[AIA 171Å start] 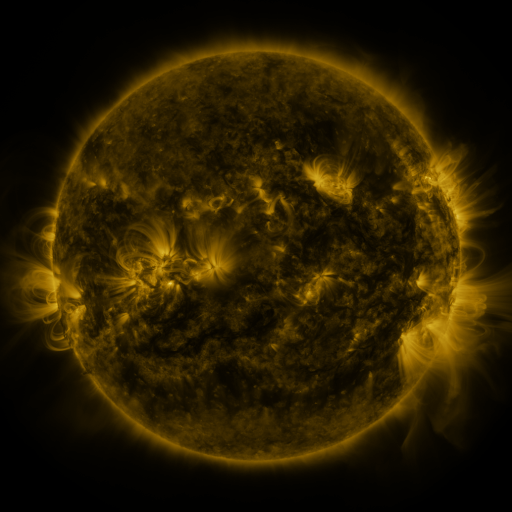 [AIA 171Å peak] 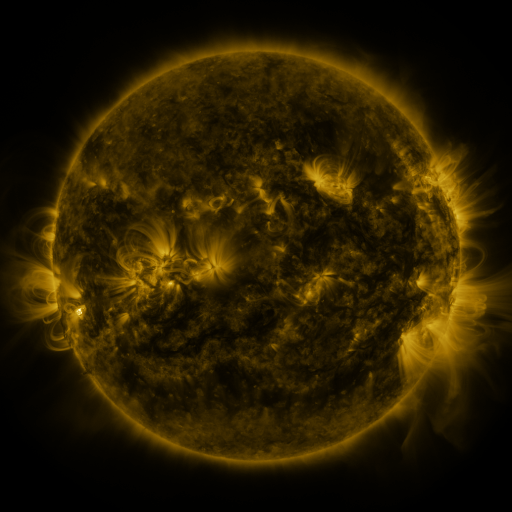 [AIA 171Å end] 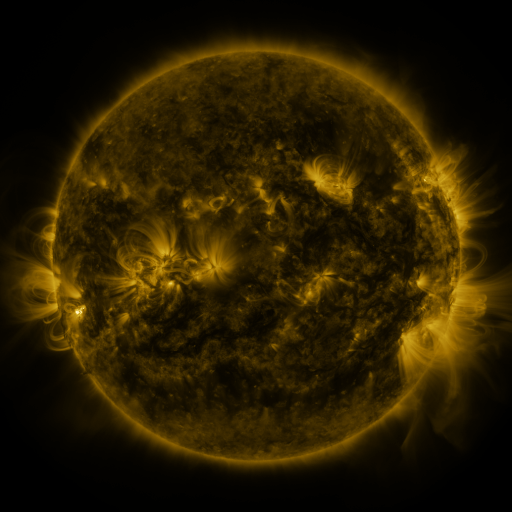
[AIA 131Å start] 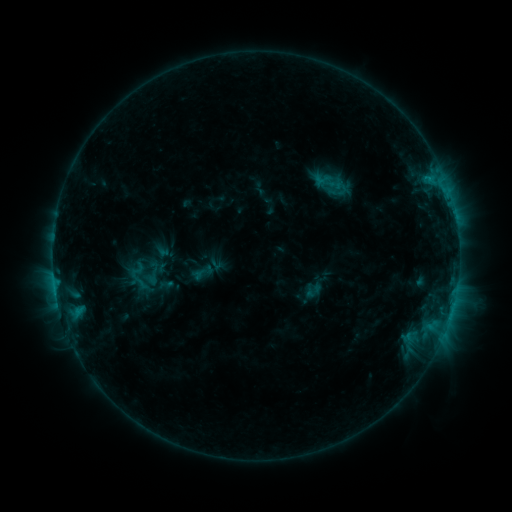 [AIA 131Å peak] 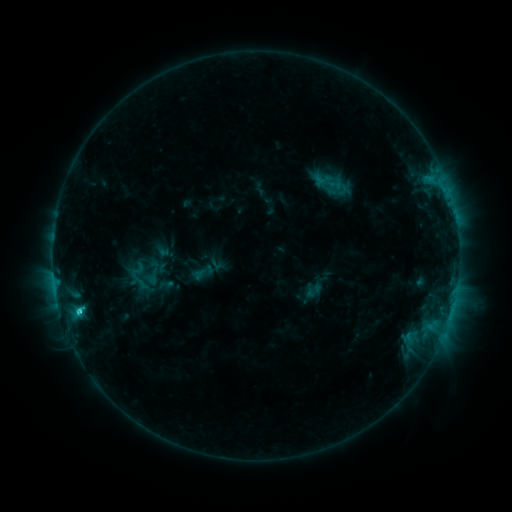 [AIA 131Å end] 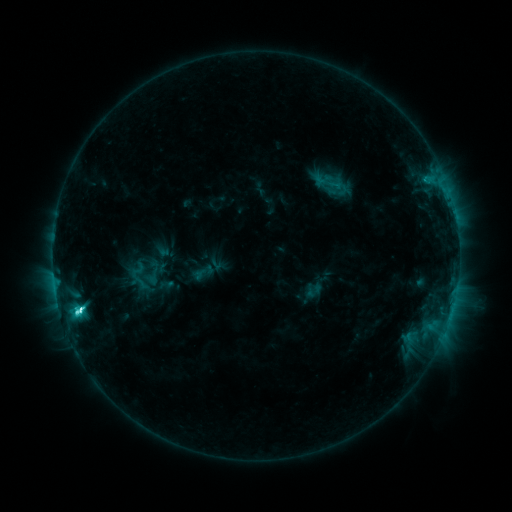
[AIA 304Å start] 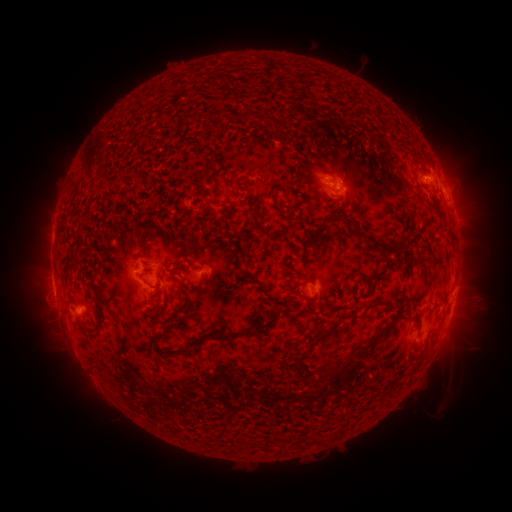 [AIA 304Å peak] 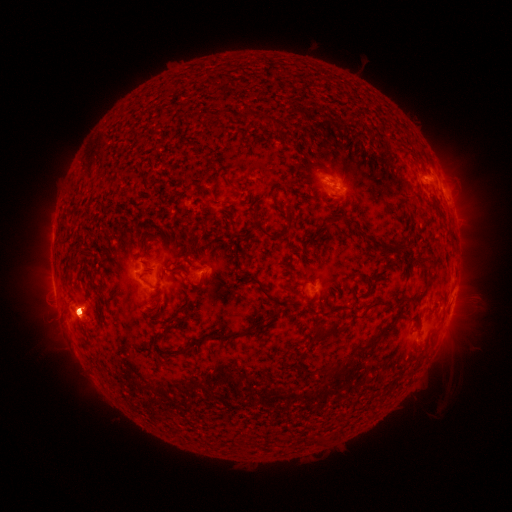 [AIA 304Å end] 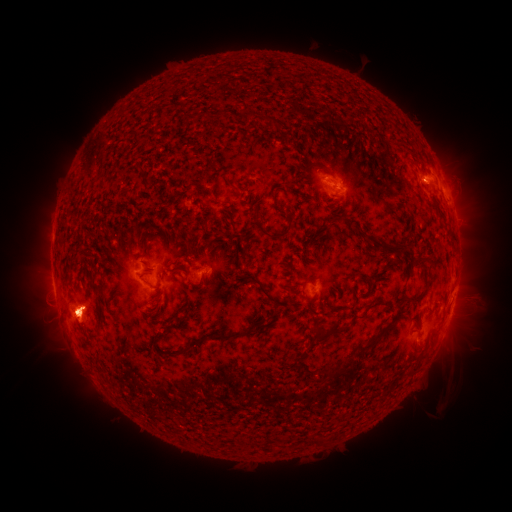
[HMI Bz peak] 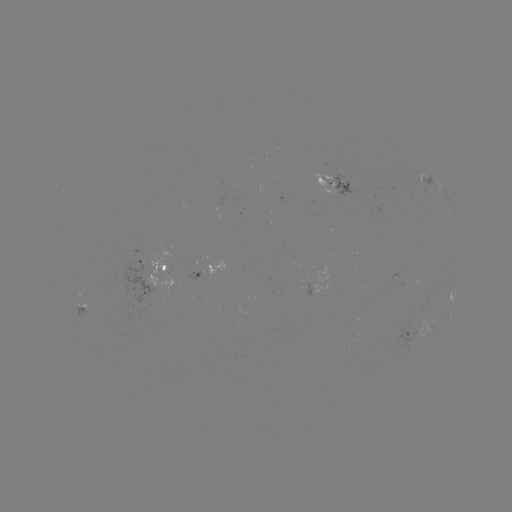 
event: eruption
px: (460, 323)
